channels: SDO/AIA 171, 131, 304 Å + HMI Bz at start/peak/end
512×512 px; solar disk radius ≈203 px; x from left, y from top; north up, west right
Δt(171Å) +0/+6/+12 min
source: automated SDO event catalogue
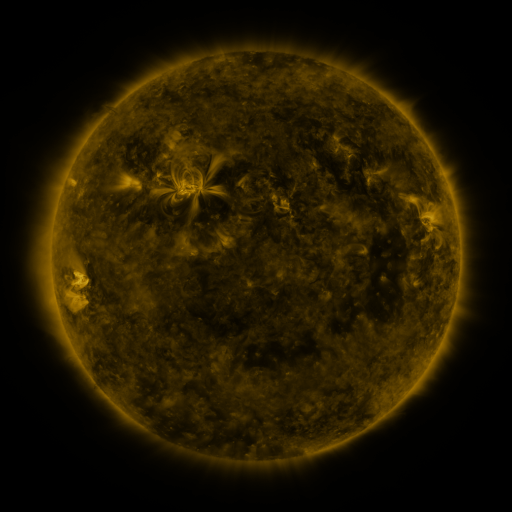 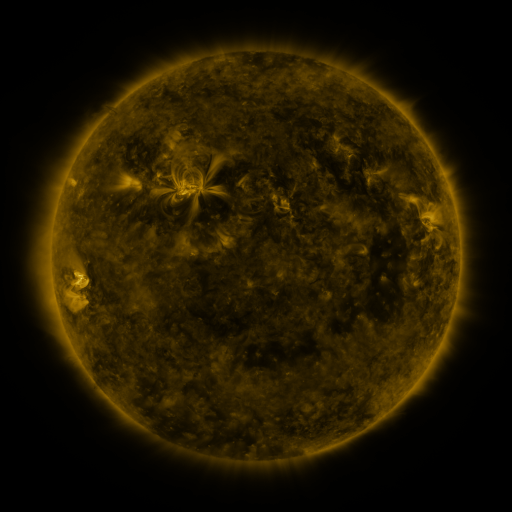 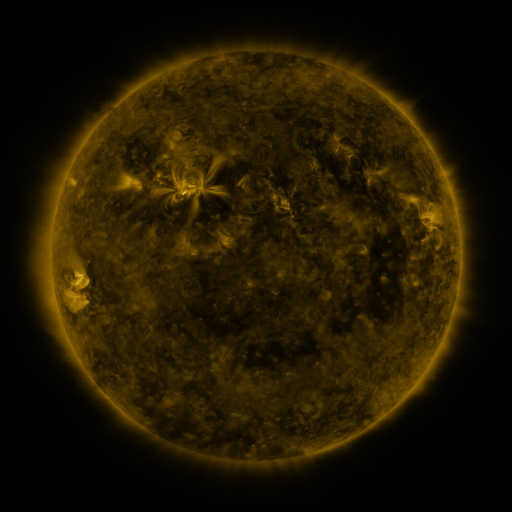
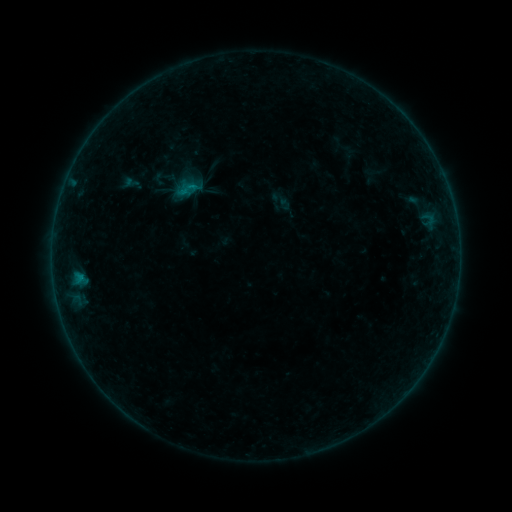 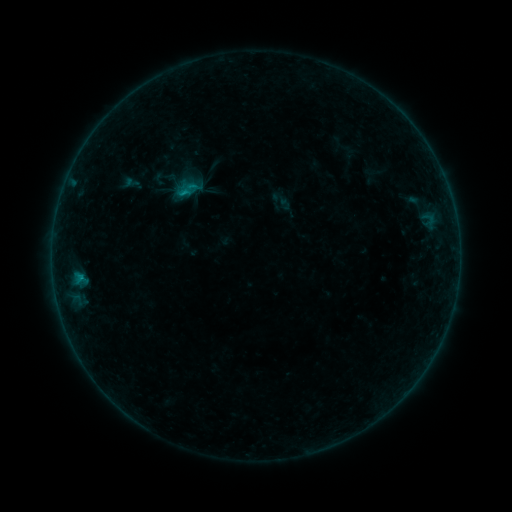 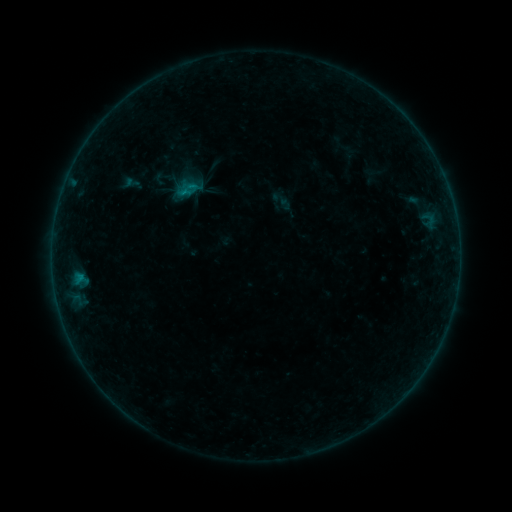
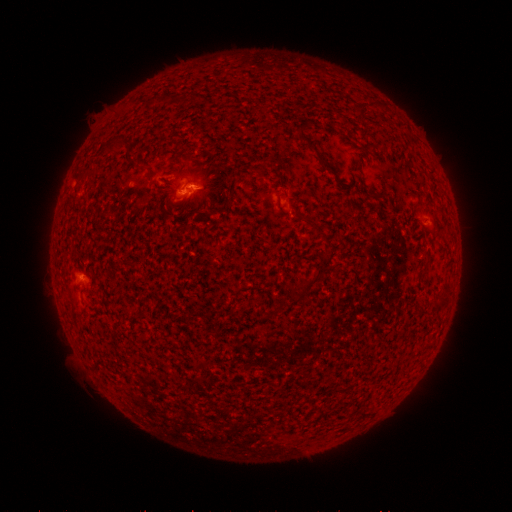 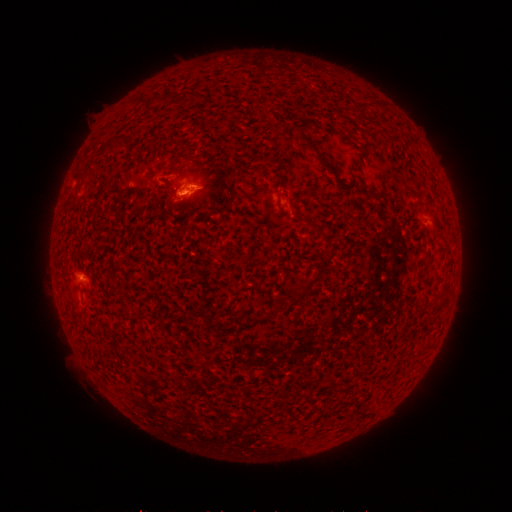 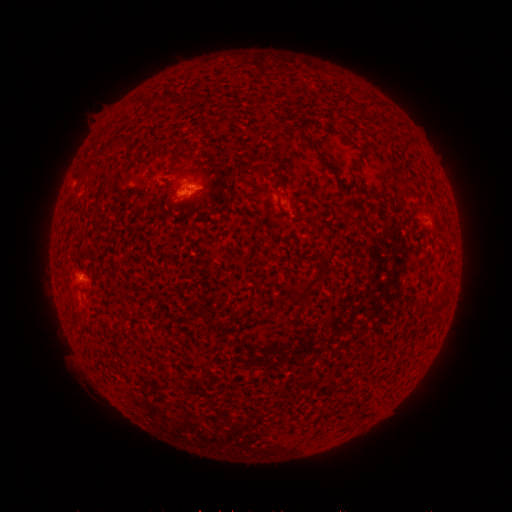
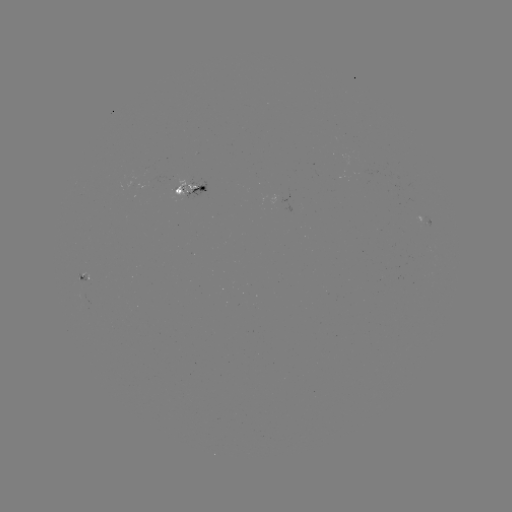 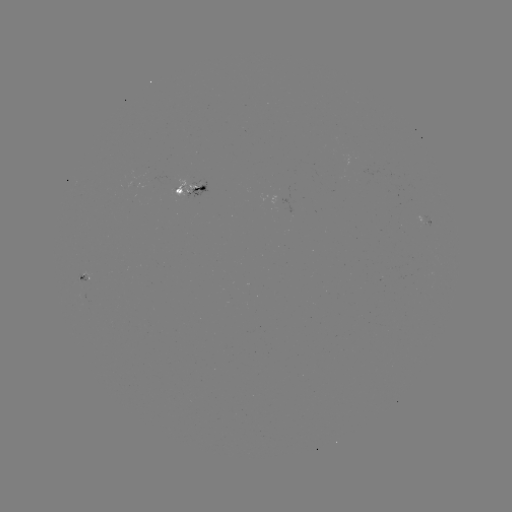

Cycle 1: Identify B4.1 flare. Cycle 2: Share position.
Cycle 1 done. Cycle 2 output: [184, 195].